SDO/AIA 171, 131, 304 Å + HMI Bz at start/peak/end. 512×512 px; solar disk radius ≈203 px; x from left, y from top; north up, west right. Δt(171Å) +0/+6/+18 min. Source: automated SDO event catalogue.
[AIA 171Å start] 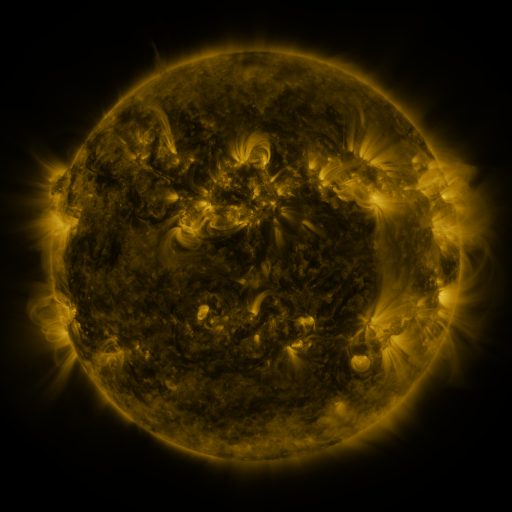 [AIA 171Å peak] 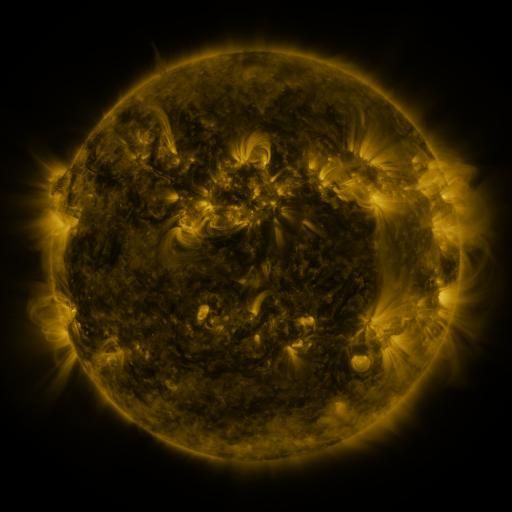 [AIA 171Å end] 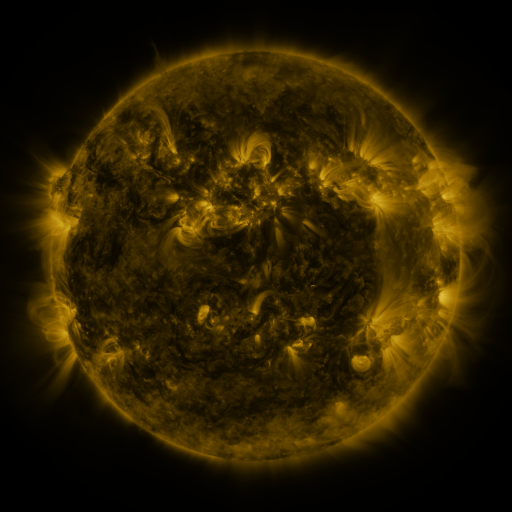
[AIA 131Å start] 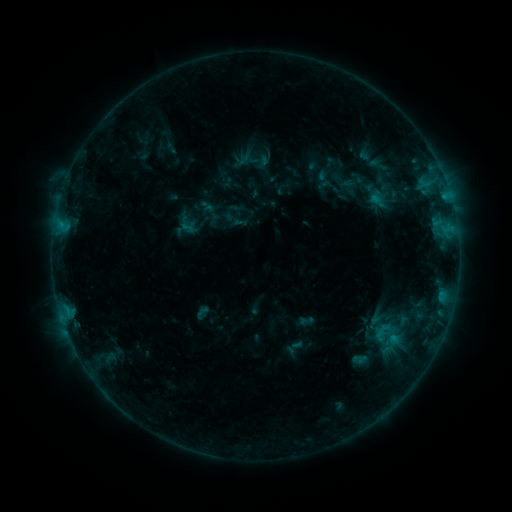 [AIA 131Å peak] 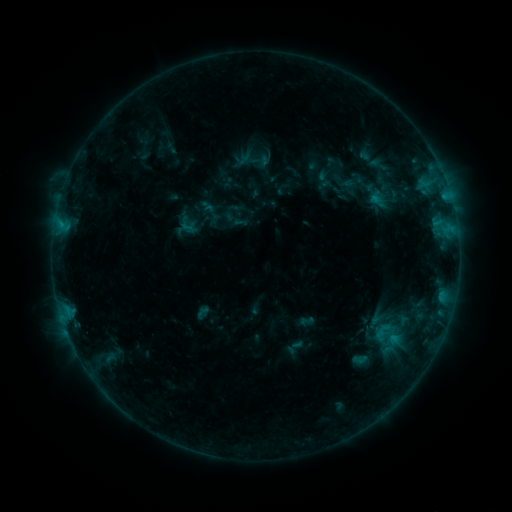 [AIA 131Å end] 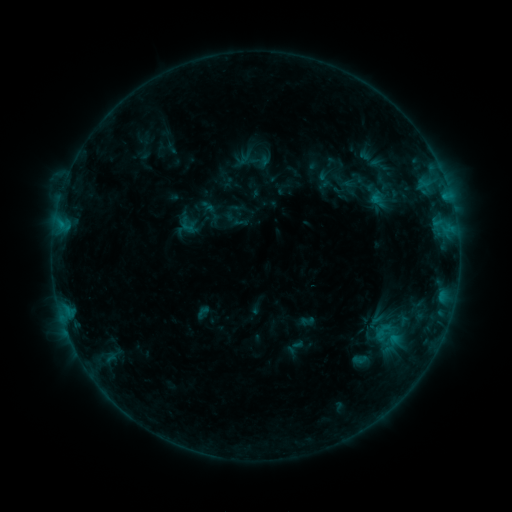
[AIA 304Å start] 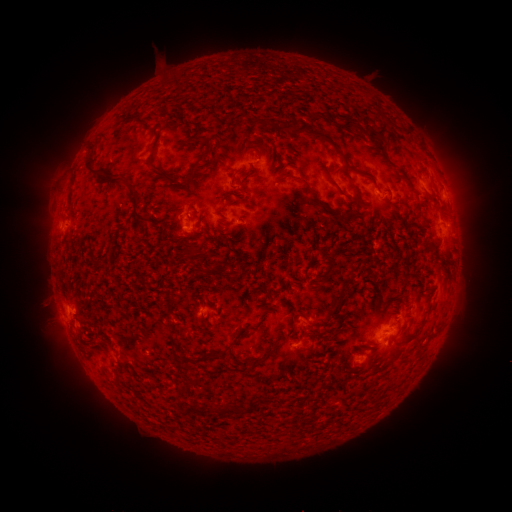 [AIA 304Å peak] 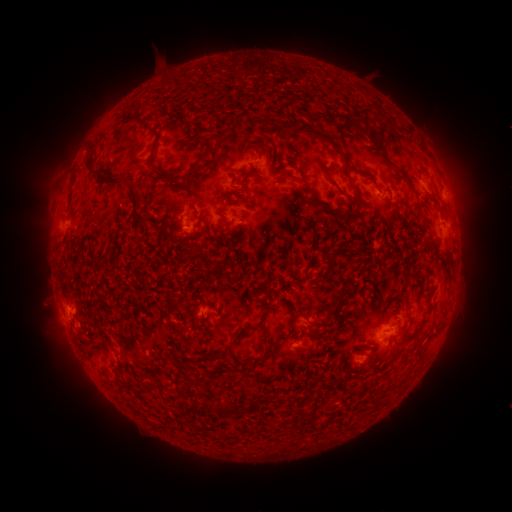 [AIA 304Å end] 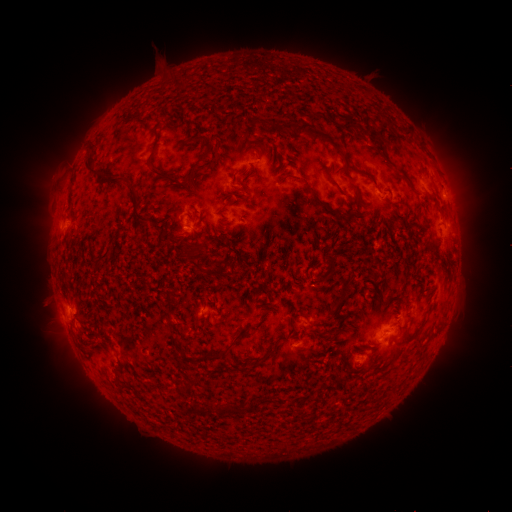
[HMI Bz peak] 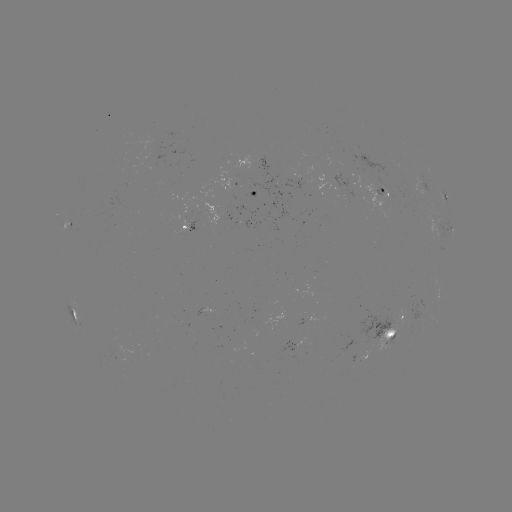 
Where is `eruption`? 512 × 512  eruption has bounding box [426, 133, 492, 253].